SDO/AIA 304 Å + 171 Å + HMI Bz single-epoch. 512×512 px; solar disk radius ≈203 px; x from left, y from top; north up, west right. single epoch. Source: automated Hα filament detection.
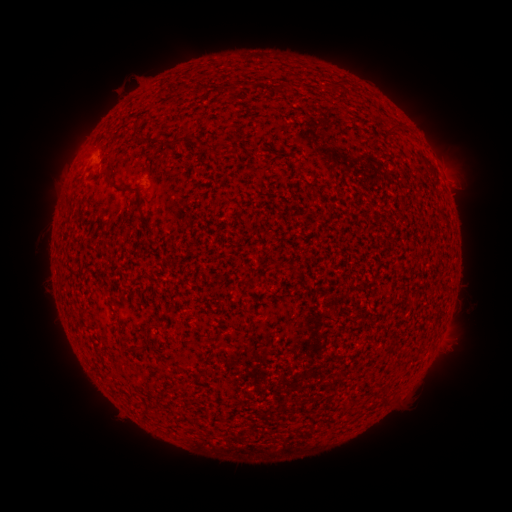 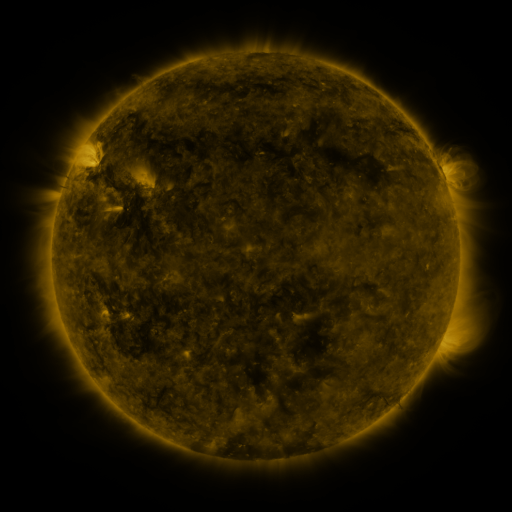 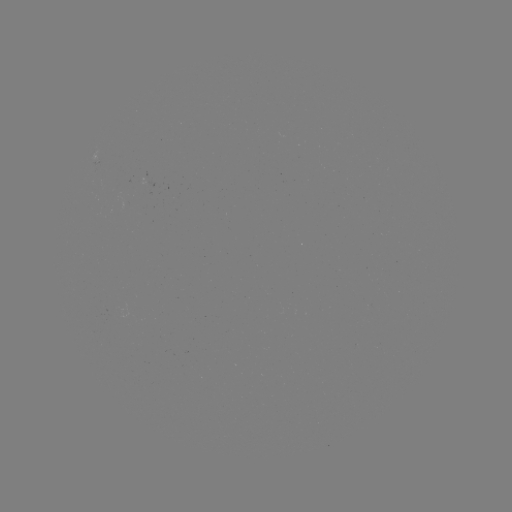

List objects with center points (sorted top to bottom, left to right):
filament: <bbox>273, 81, 292, 93</bbox>
filament: <bbox>387, 124, 399, 134</bbox>
filament: <bbox>170, 134, 194, 145</bbox>
filament: <bbox>212, 141, 228, 154</bbox>
filament: <bbox>106, 172, 130, 191</bbox>
filament: <bbox>136, 196, 149, 225</bbox>
filament: <bbox>244, 279, 254, 287</bbox>
filament: <bbox>147, 319, 165, 329</bbox>
filament: <bbox>379, 394, 388, 405</bbox>
